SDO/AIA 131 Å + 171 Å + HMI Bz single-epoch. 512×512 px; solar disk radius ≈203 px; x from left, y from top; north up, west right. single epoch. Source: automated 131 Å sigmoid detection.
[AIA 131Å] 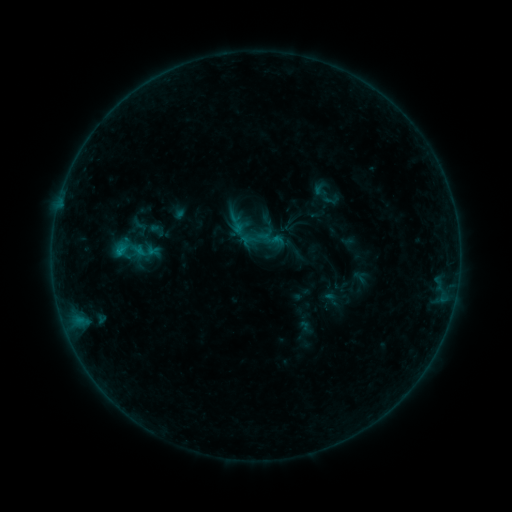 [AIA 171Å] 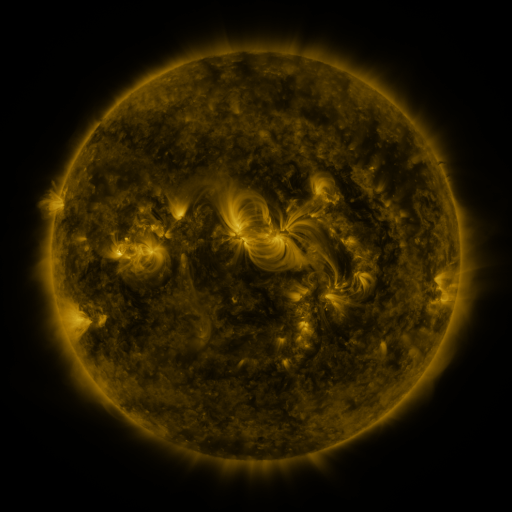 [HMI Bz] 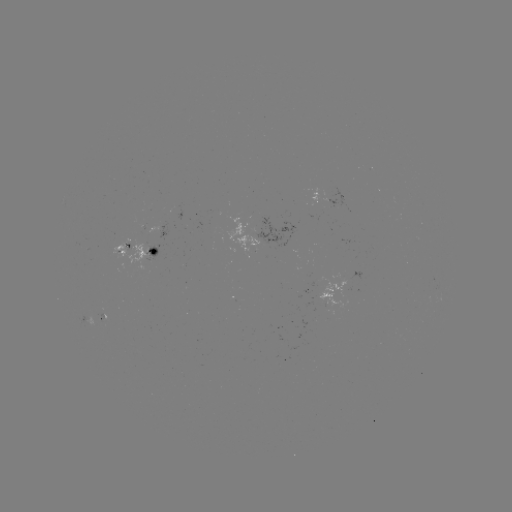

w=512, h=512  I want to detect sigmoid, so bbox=[225, 212, 247, 236].